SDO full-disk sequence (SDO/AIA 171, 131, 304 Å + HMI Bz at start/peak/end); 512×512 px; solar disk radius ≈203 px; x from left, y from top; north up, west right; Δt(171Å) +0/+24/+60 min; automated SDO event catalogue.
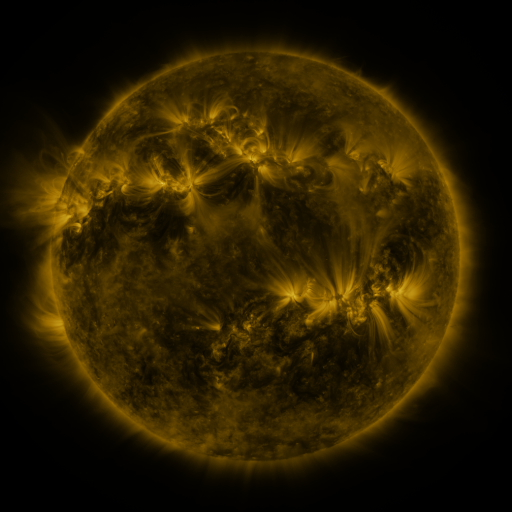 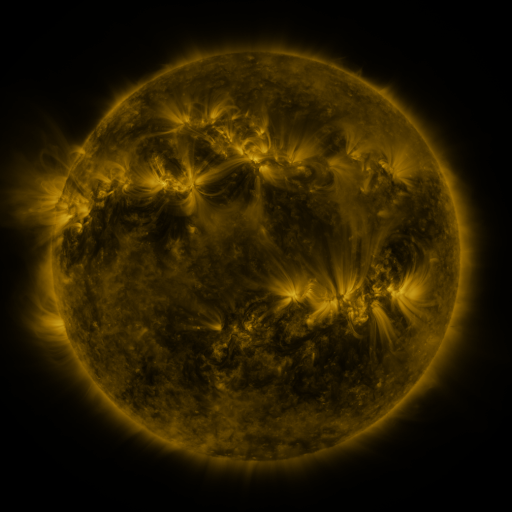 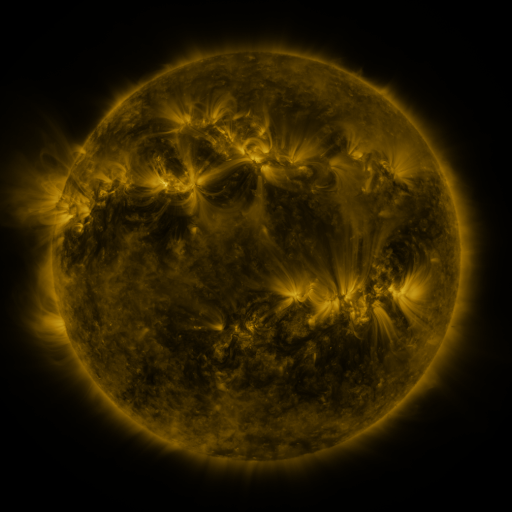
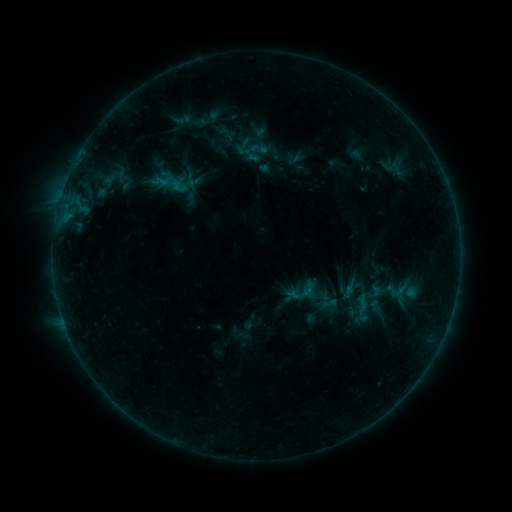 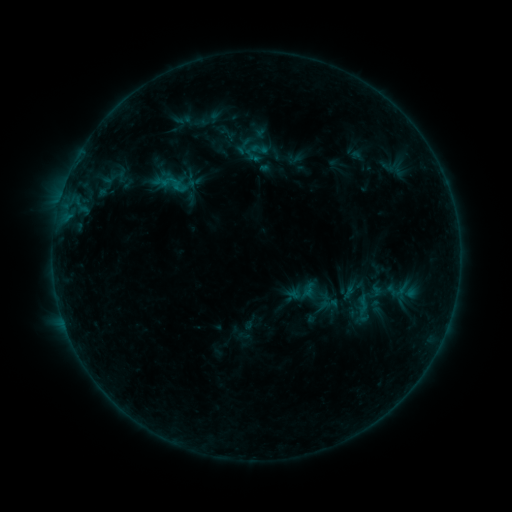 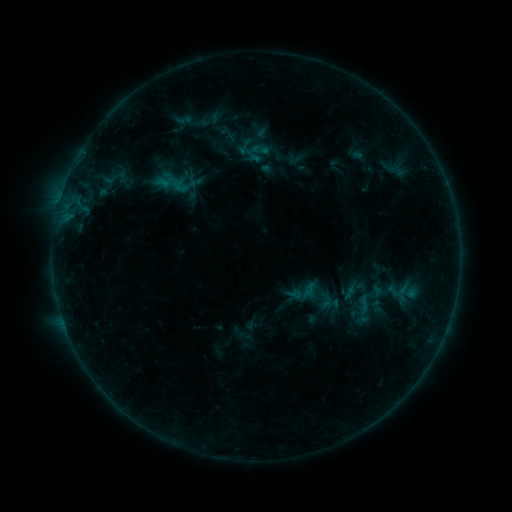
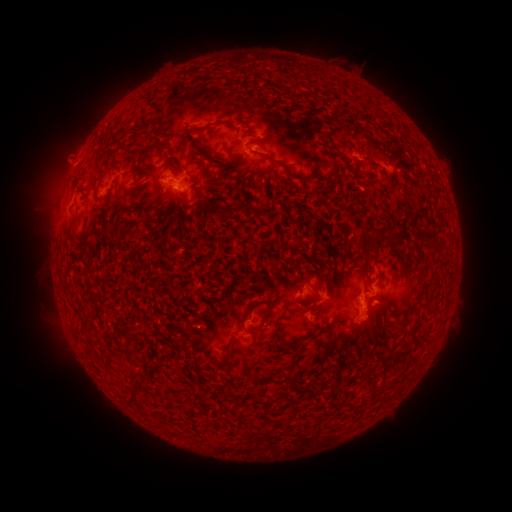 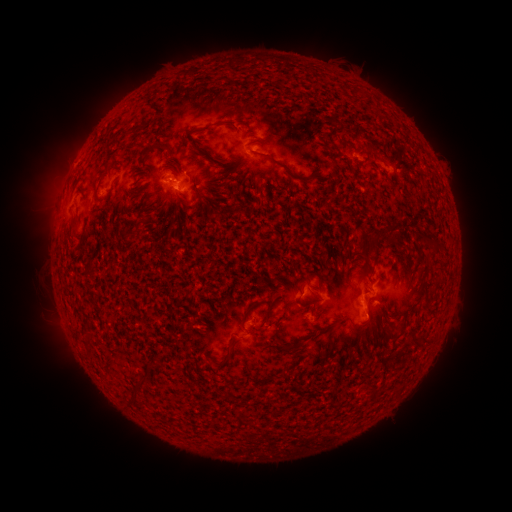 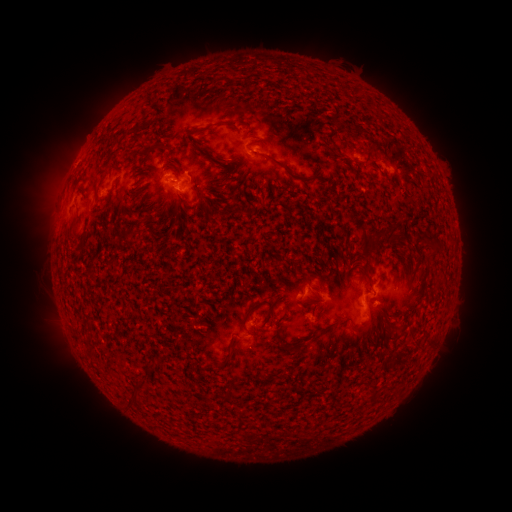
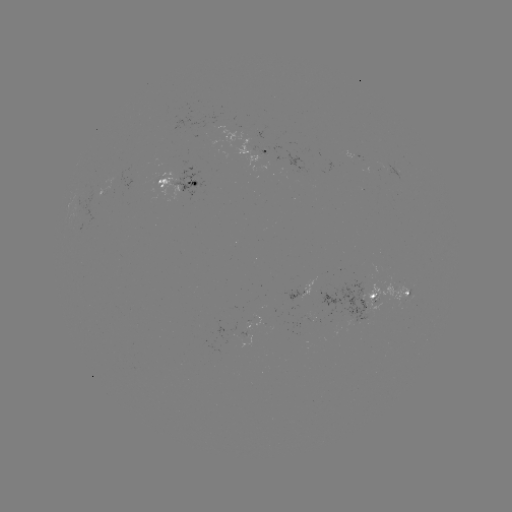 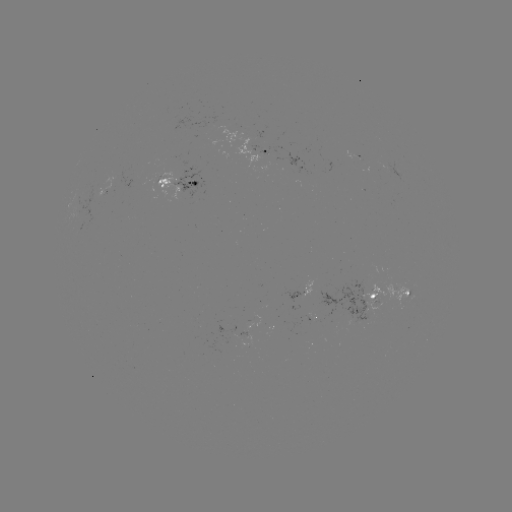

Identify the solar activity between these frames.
emerging-flux region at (296, 296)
